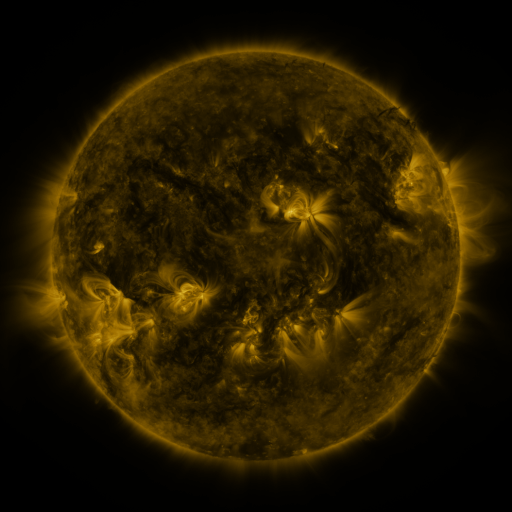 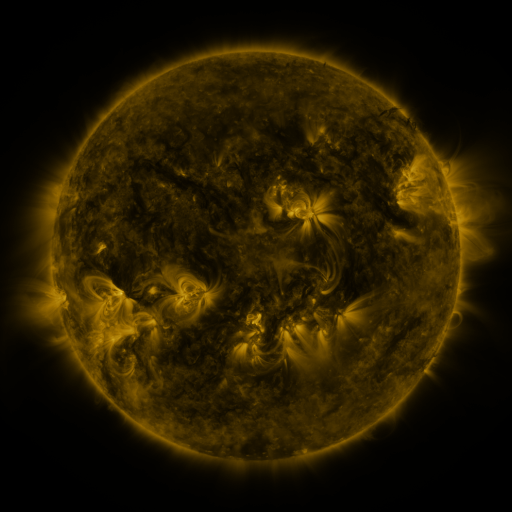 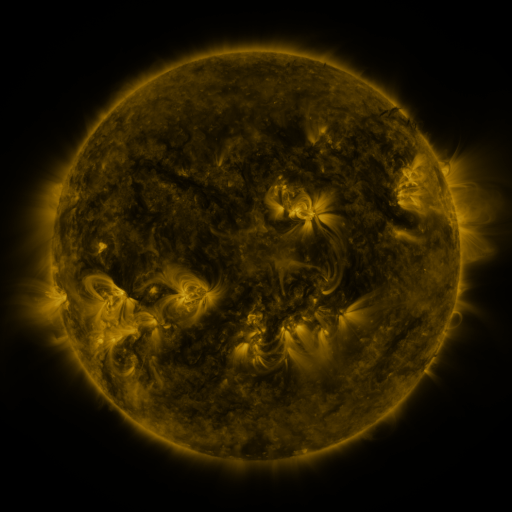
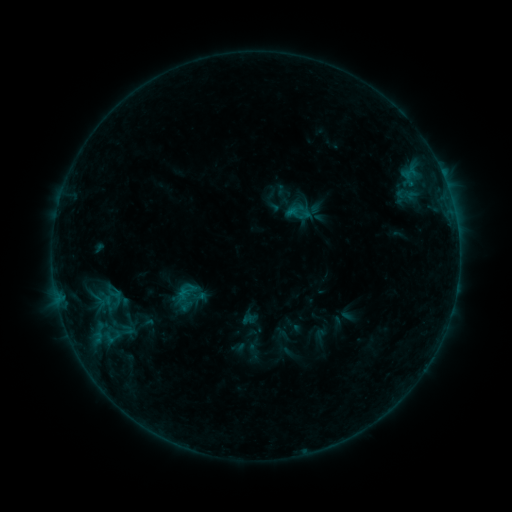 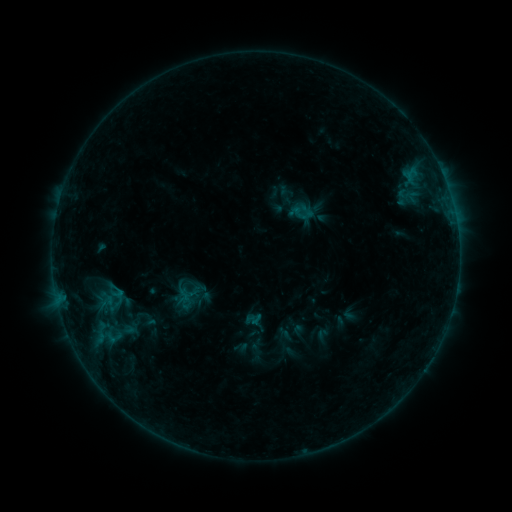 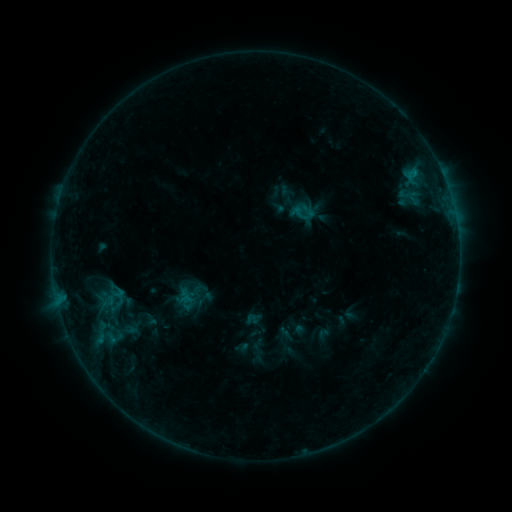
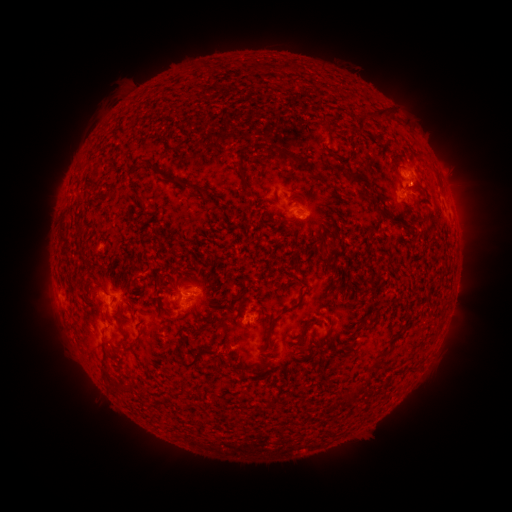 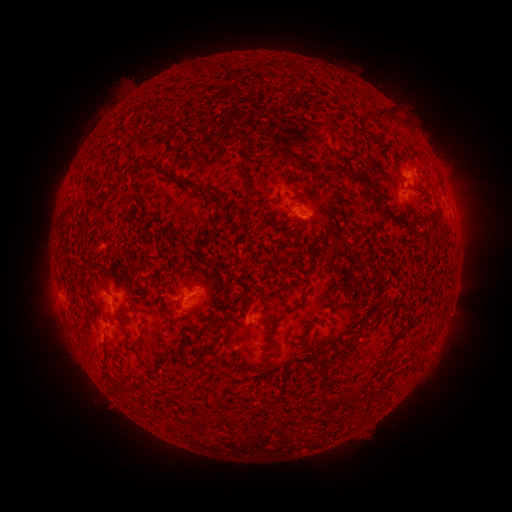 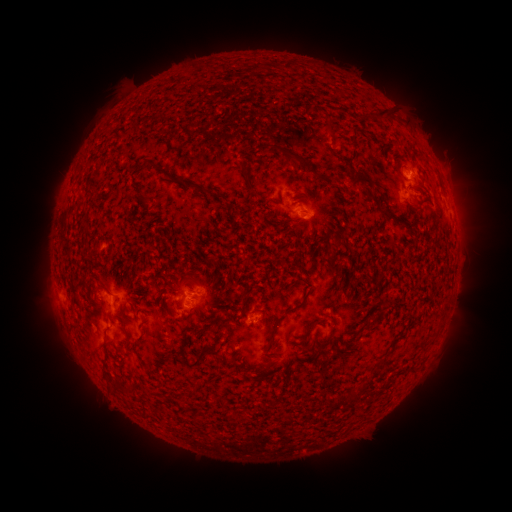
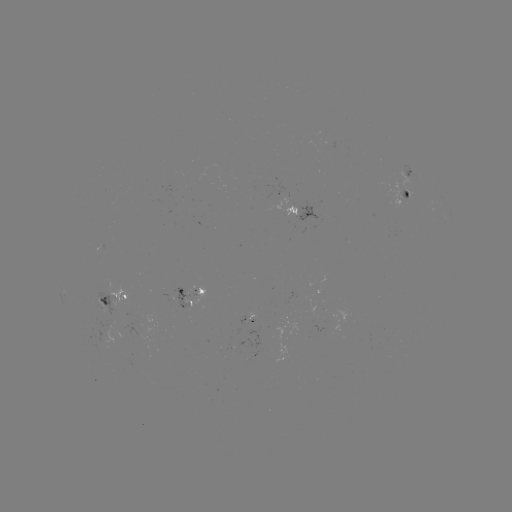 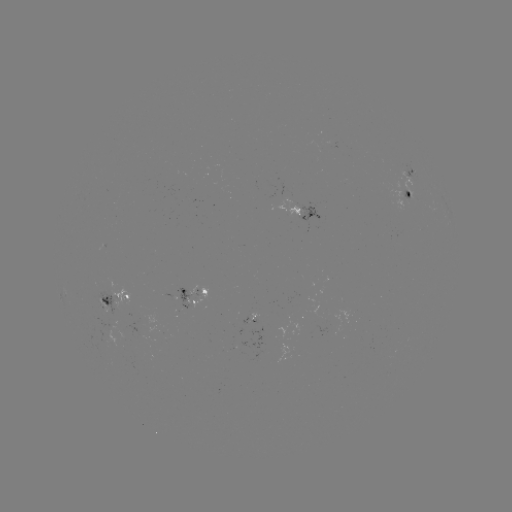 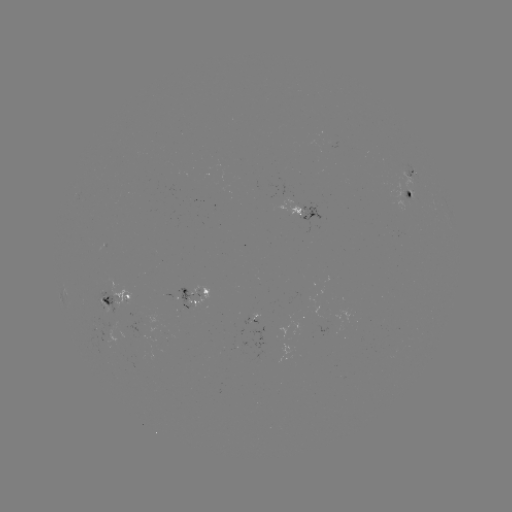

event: emerging-flux region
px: (183, 303)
